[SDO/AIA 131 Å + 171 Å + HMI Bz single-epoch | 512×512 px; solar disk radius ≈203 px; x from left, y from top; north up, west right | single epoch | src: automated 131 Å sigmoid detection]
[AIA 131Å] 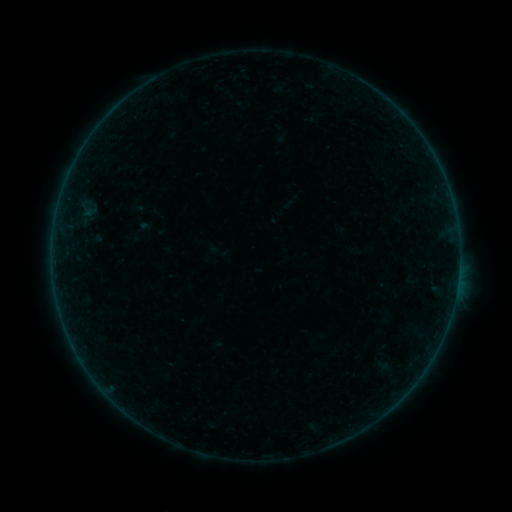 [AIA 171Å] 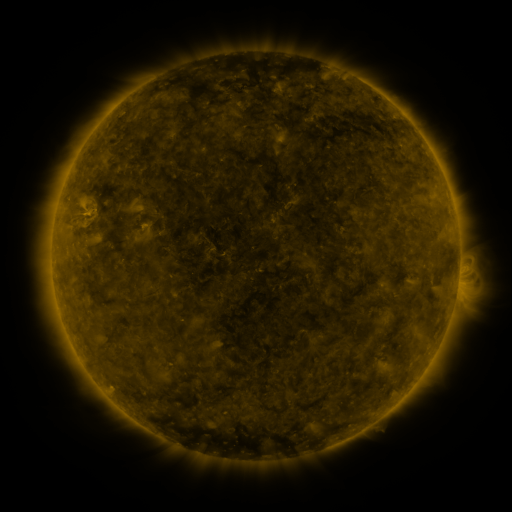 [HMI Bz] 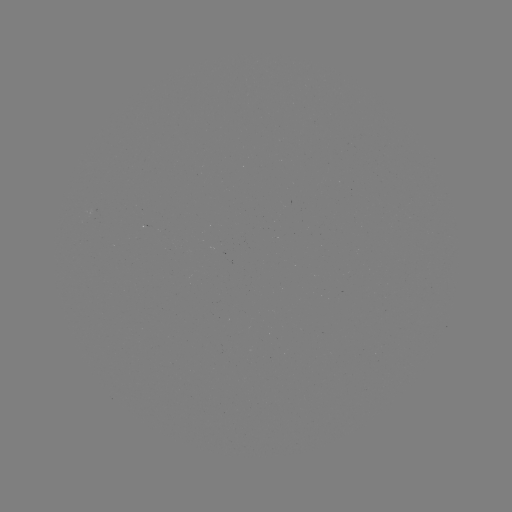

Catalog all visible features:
sigmoid: (141, 228)
sigmoid: (217, 252)
